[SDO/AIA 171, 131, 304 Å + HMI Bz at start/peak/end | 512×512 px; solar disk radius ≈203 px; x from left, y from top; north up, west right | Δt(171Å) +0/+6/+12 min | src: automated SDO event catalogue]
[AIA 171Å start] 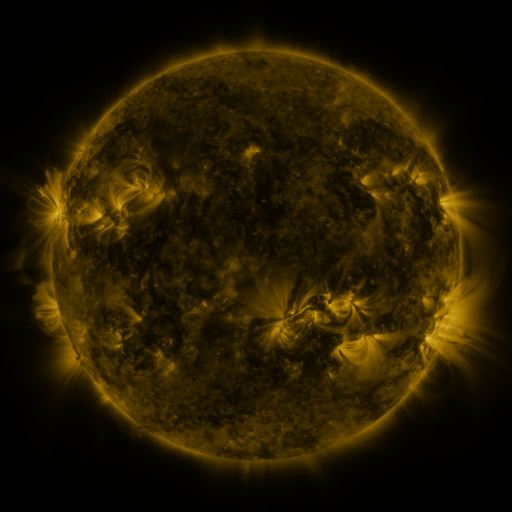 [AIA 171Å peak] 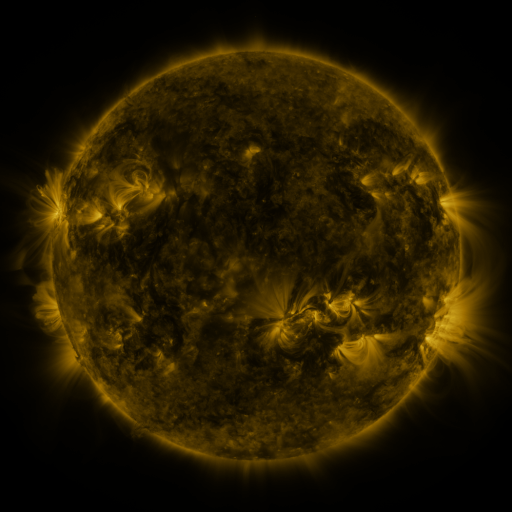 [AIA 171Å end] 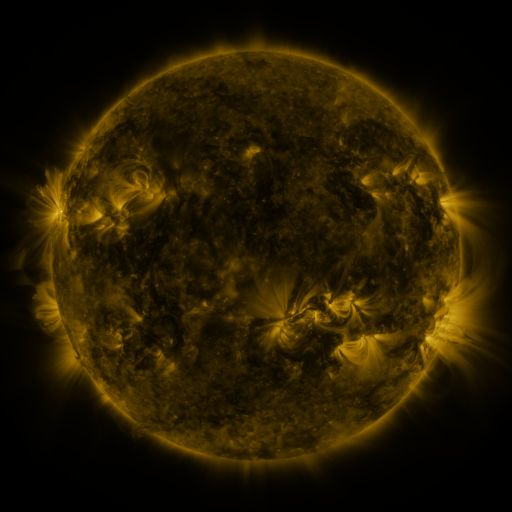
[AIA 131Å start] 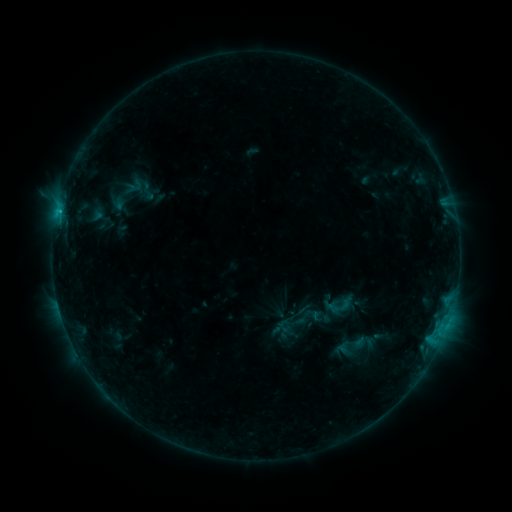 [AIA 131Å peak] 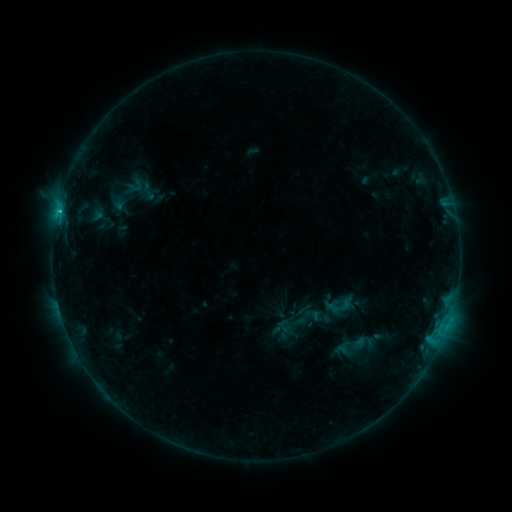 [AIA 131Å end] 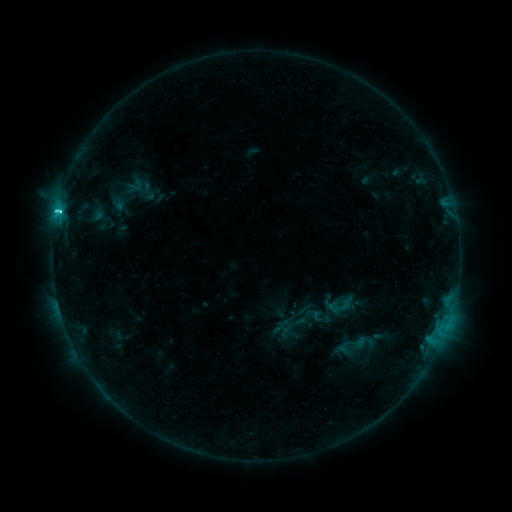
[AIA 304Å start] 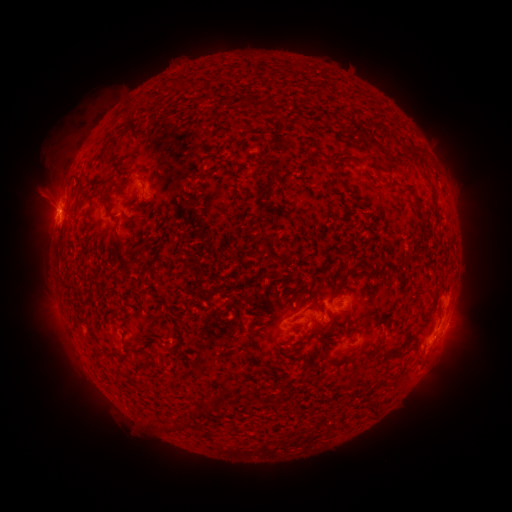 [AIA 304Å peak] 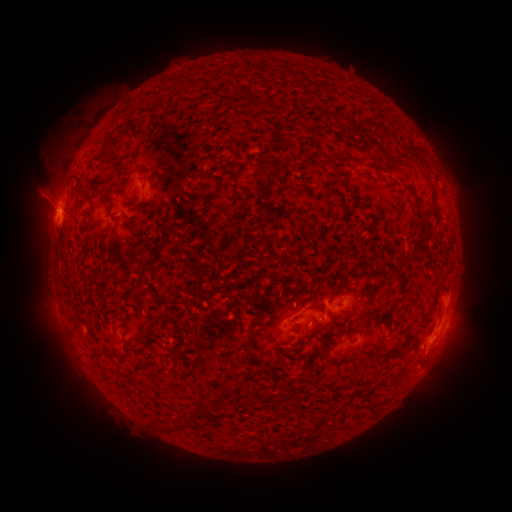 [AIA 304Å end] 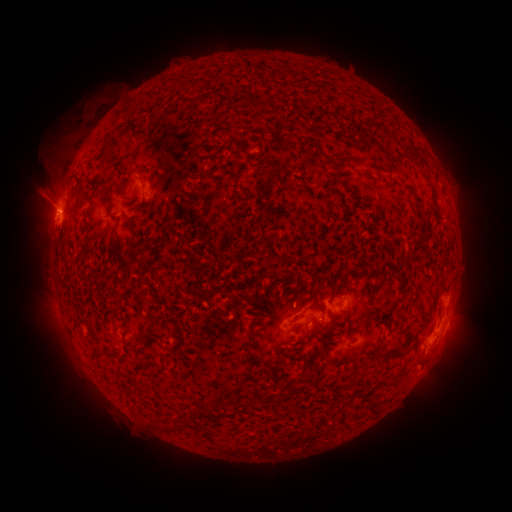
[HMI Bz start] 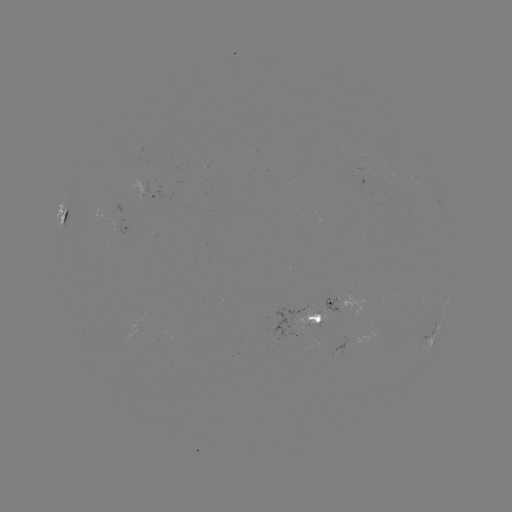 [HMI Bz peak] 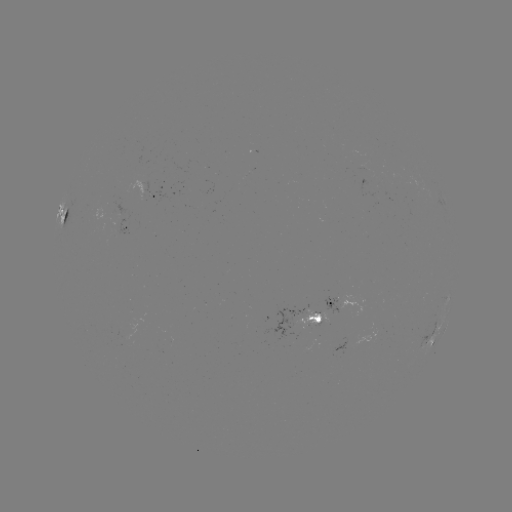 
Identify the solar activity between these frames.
C2.8 flare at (57, 215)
